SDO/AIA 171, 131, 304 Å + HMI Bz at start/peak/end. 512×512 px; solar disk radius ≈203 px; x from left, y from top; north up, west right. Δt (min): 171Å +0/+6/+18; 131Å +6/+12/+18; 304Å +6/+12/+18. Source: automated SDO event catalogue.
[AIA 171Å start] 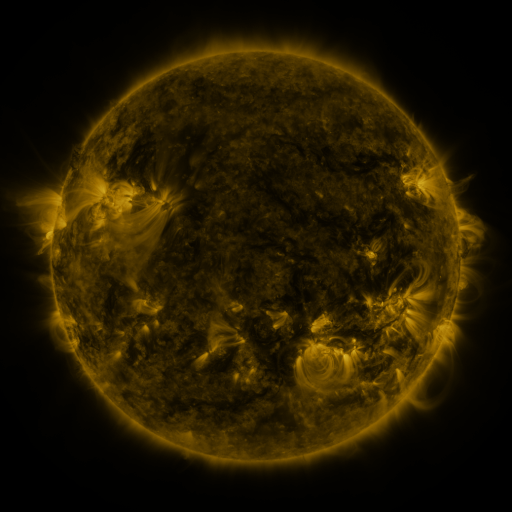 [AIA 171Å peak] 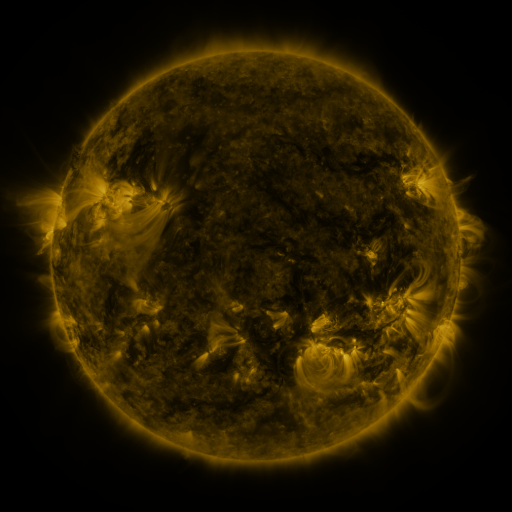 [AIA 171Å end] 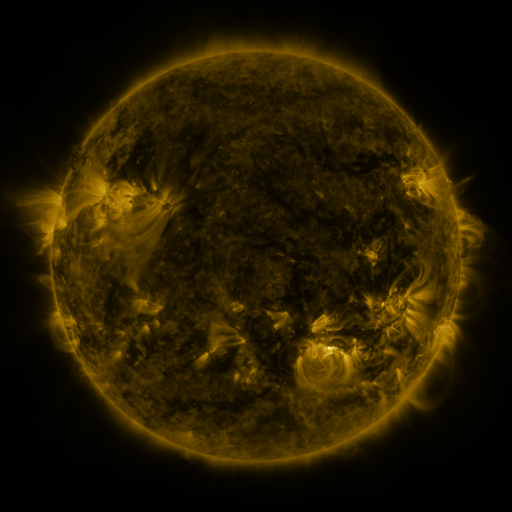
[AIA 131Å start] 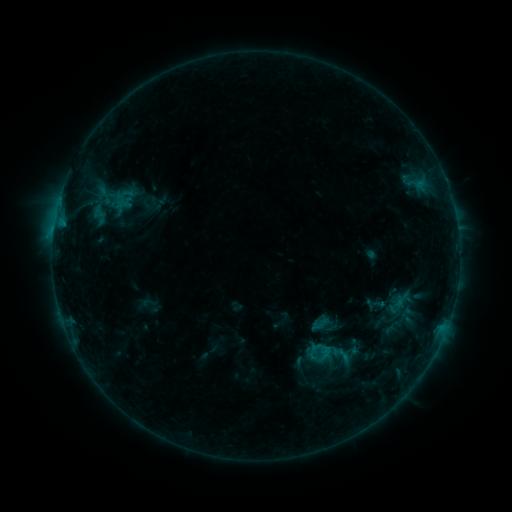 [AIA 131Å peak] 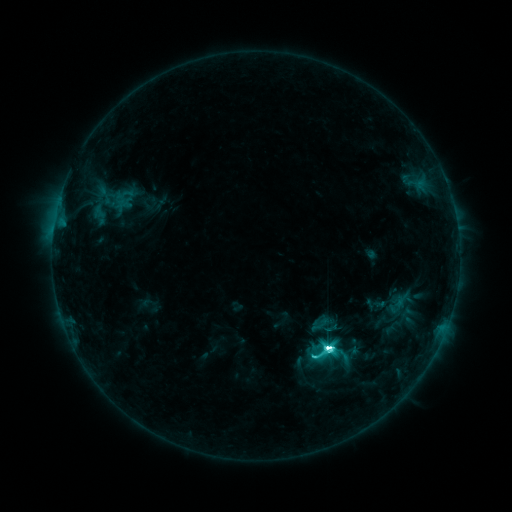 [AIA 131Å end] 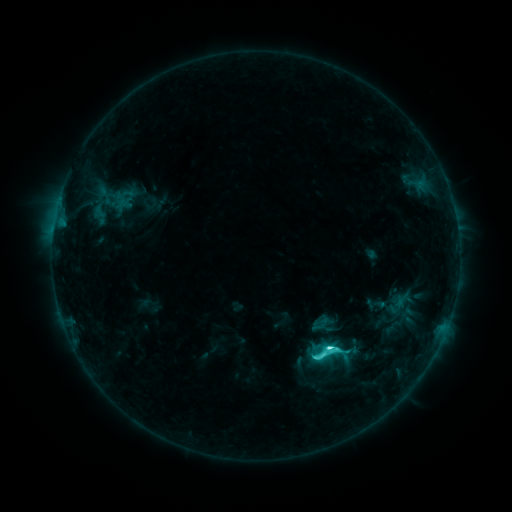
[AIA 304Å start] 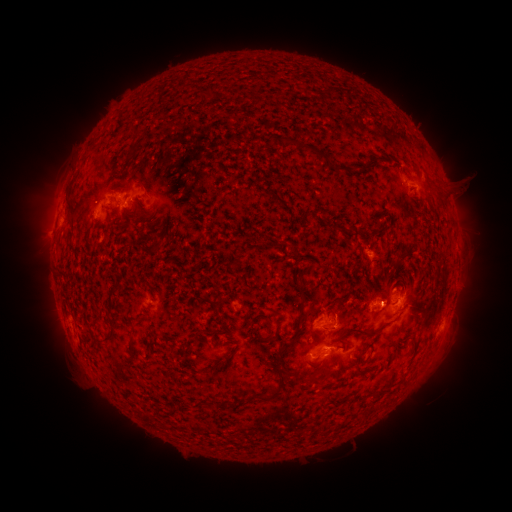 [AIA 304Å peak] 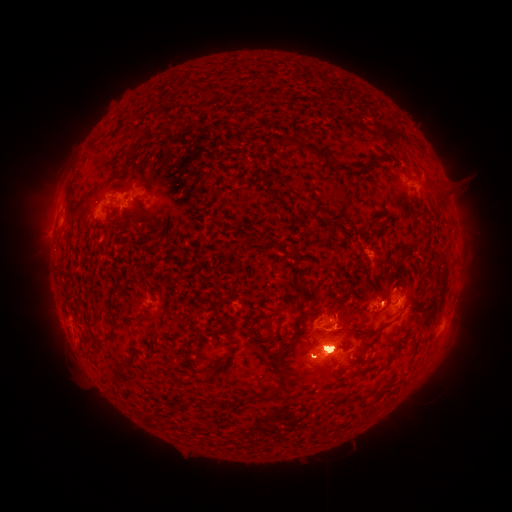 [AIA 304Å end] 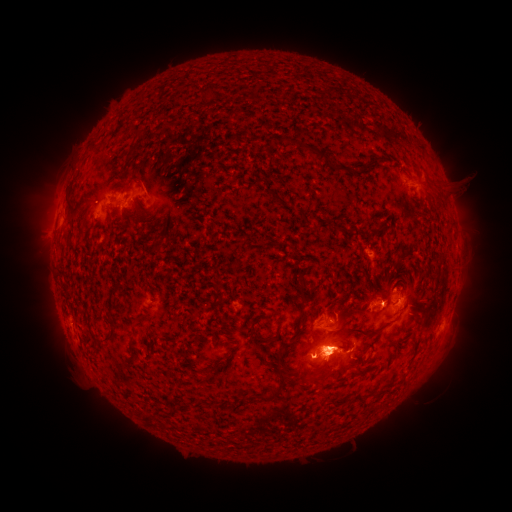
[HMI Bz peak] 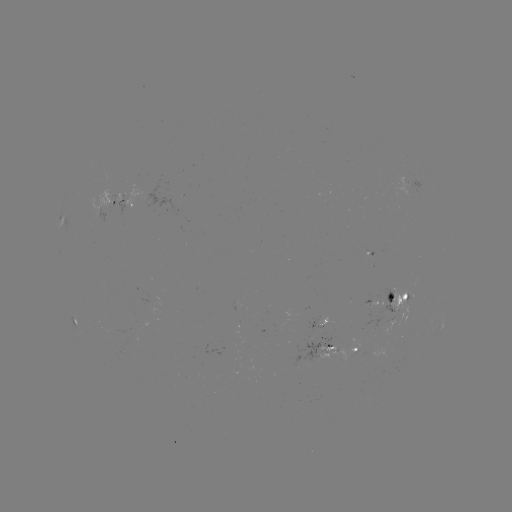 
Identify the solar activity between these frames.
M1.3 flare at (327, 346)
